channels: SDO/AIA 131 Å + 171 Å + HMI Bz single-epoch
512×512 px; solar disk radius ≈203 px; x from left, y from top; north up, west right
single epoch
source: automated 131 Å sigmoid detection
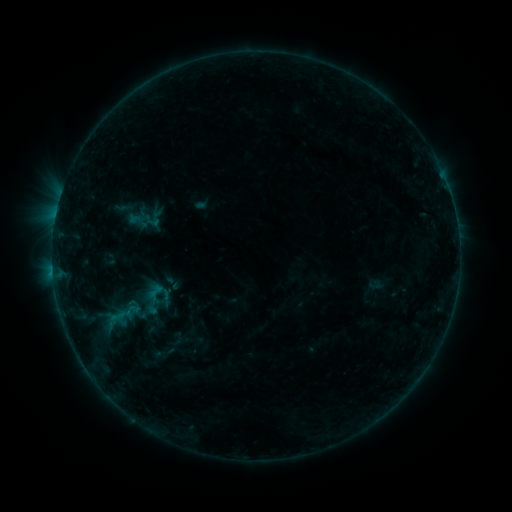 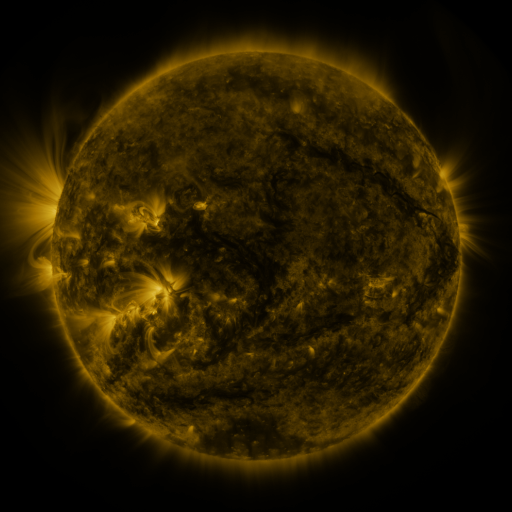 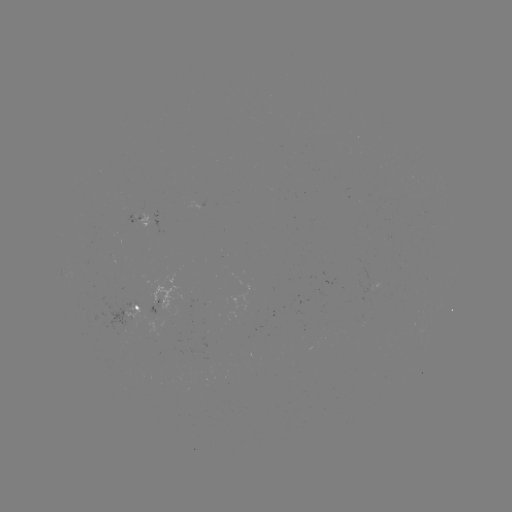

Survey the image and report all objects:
sigmoid: (144, 282, 164, 299)
